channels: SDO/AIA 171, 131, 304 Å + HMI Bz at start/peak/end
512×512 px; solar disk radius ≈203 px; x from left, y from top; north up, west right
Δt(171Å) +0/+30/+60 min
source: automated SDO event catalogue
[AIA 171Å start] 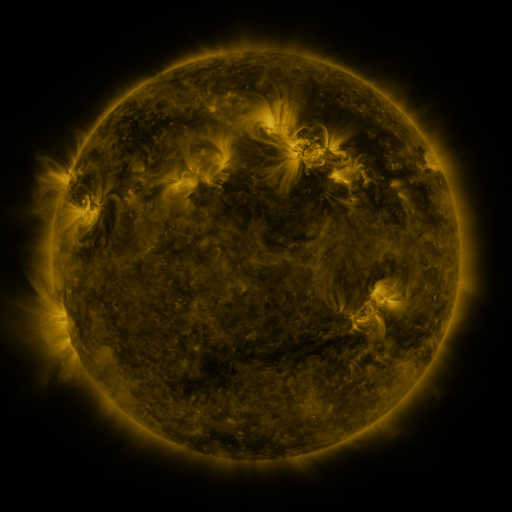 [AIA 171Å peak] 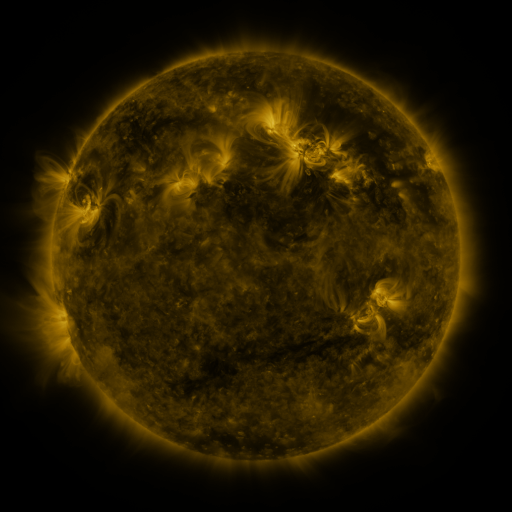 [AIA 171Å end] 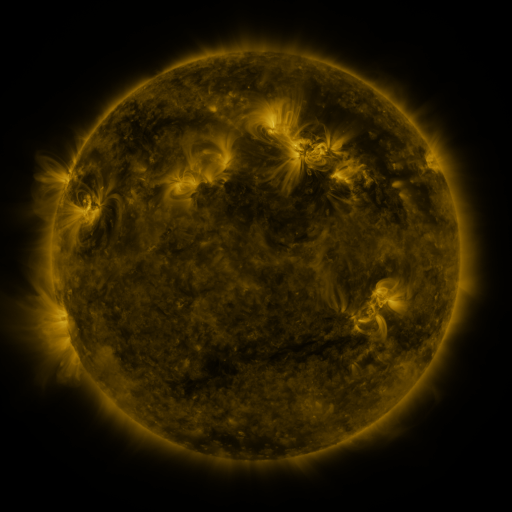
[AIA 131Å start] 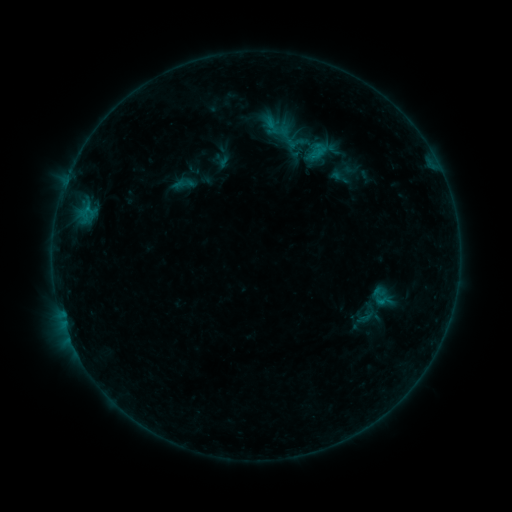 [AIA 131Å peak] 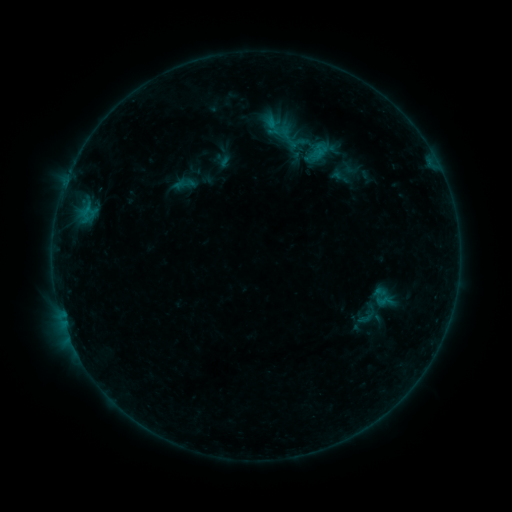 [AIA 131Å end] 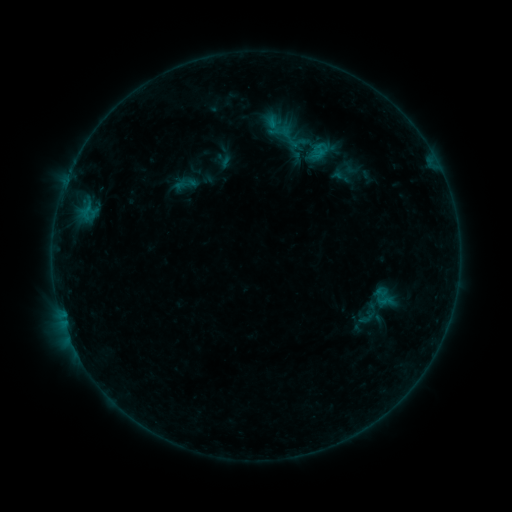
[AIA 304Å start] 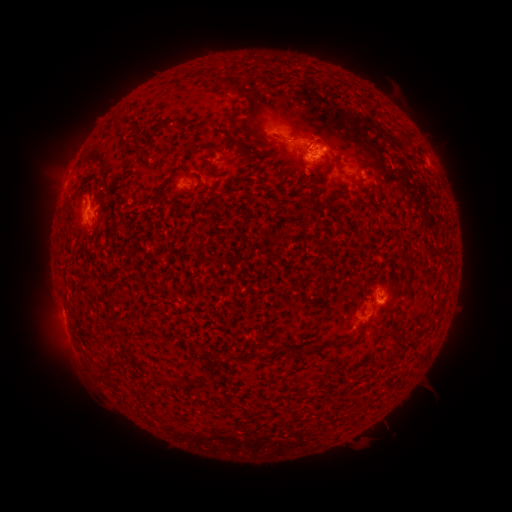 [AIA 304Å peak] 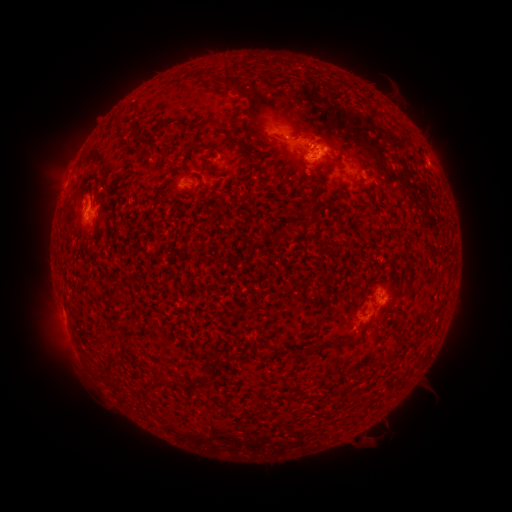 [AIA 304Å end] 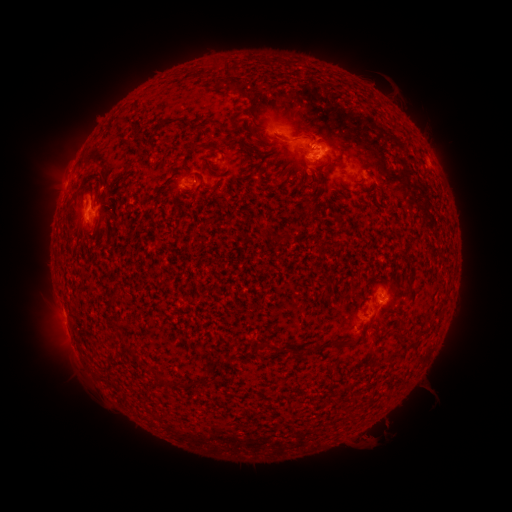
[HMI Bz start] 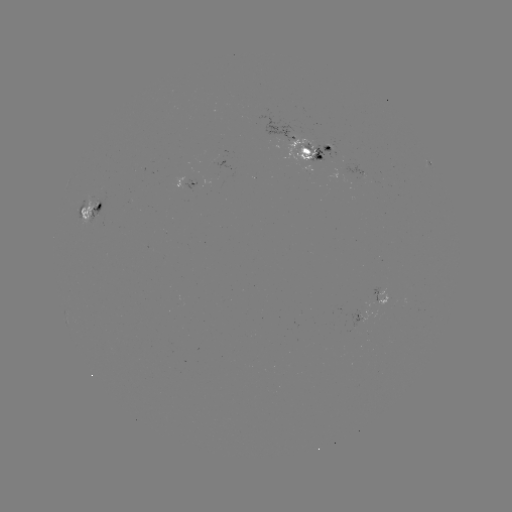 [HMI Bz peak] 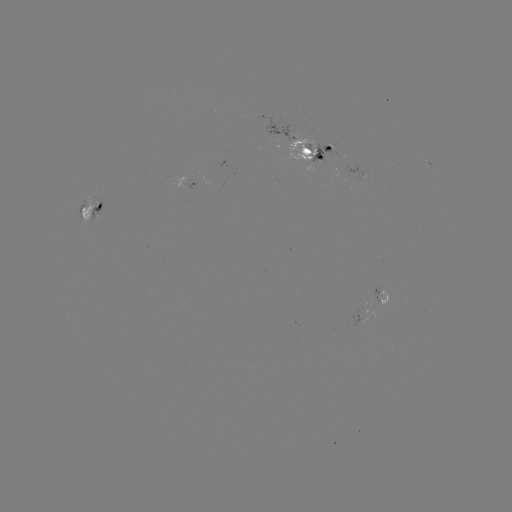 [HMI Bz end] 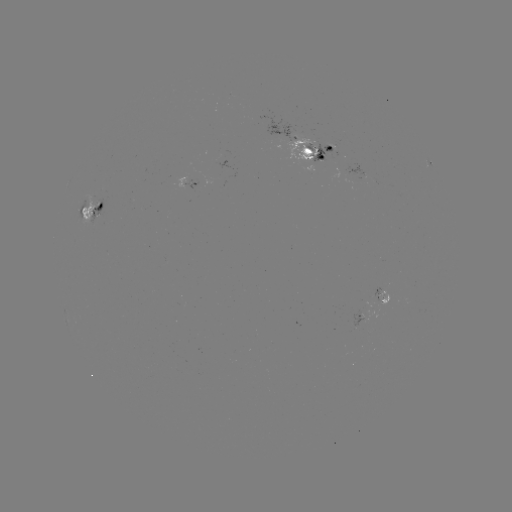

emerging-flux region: <bbox>308, 144, 333, 163</bbox>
